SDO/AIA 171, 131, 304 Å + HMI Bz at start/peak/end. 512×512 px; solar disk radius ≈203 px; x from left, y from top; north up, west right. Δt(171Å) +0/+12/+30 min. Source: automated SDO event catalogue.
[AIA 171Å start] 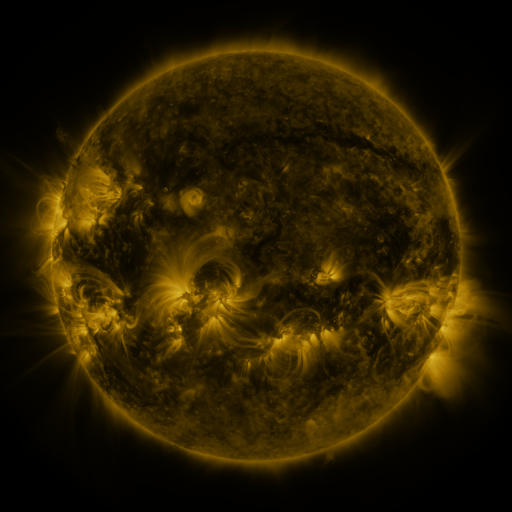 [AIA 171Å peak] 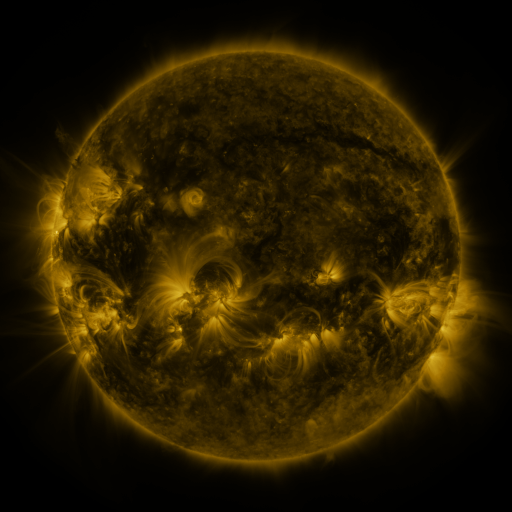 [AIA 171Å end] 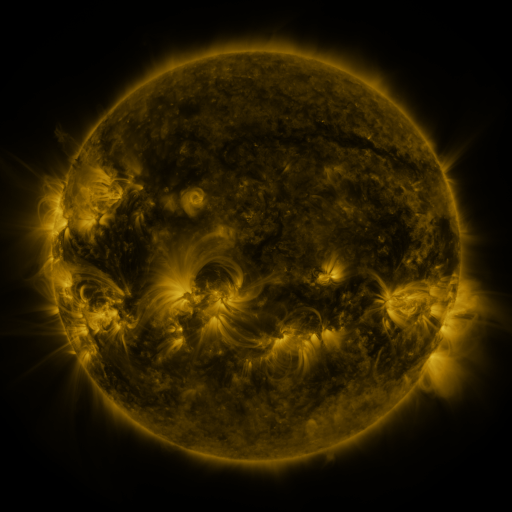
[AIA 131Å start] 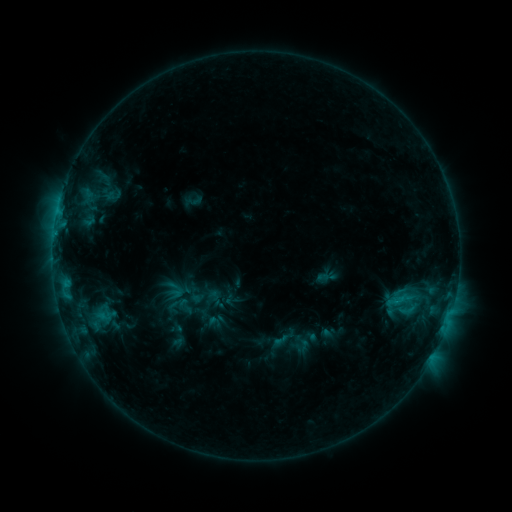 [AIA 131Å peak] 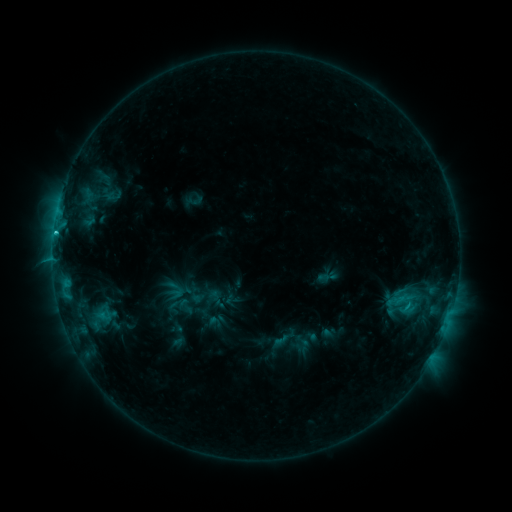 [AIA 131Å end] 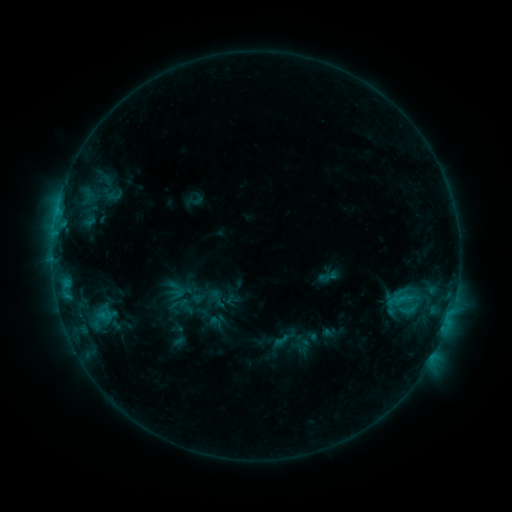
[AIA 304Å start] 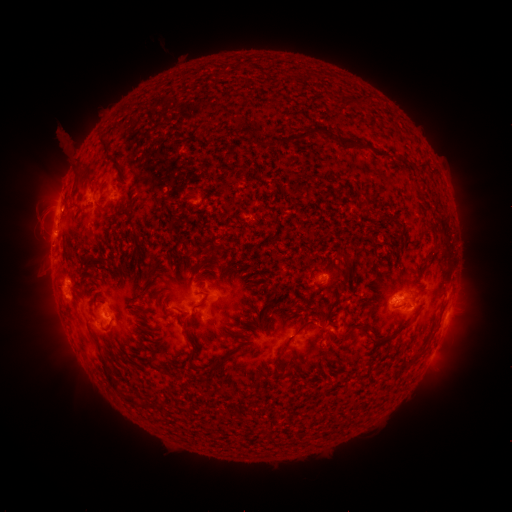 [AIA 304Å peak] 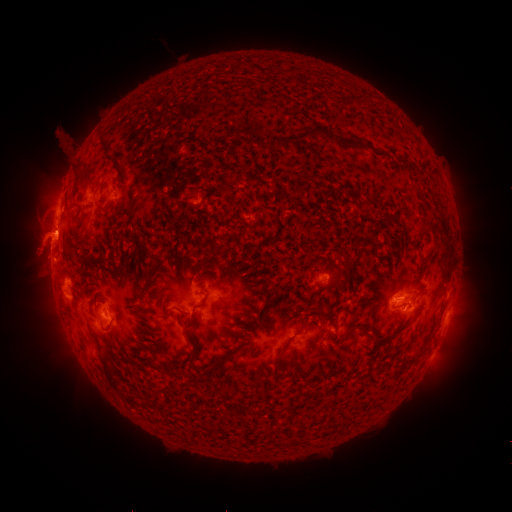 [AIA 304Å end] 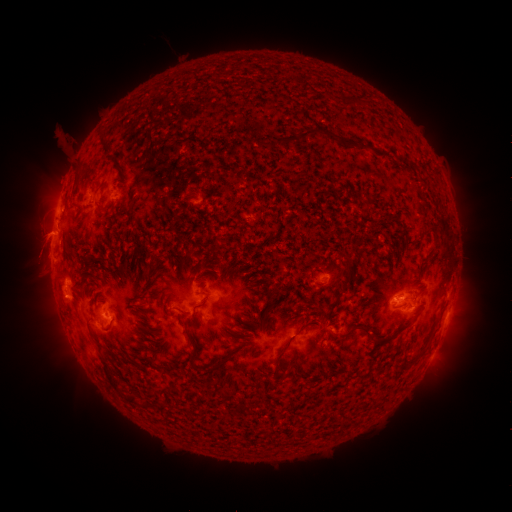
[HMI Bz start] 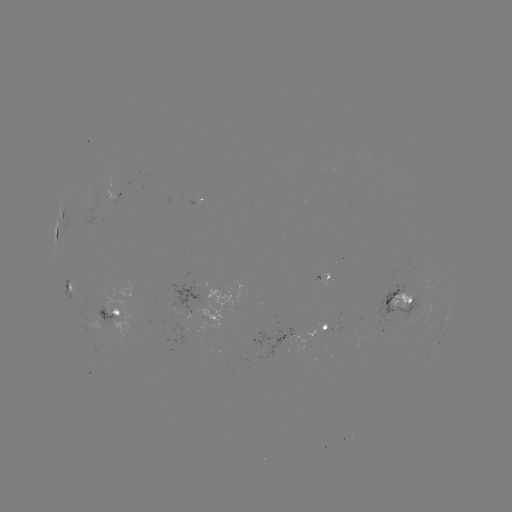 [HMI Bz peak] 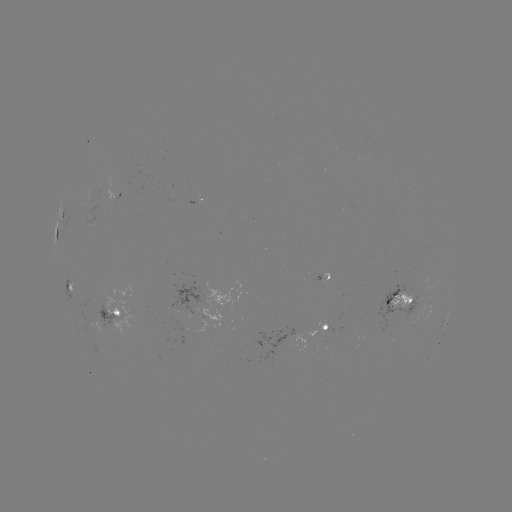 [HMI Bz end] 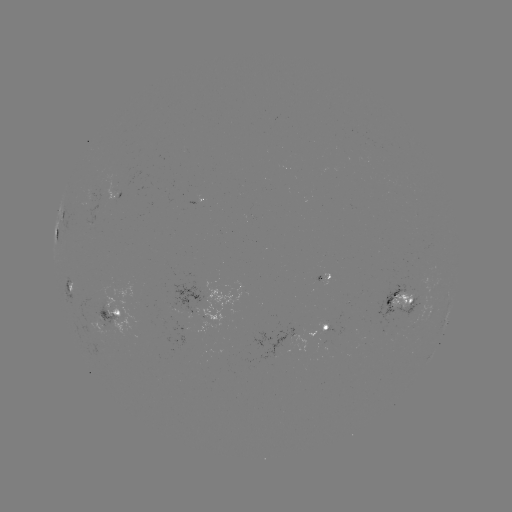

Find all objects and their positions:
eruption: (40, 245)
